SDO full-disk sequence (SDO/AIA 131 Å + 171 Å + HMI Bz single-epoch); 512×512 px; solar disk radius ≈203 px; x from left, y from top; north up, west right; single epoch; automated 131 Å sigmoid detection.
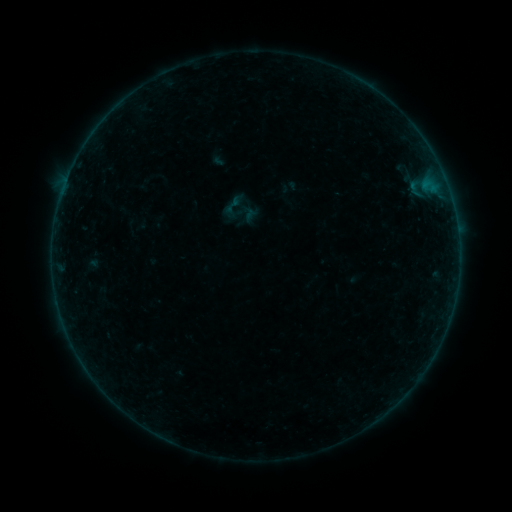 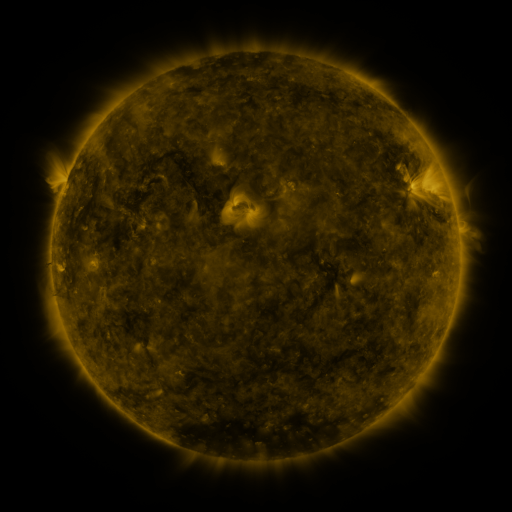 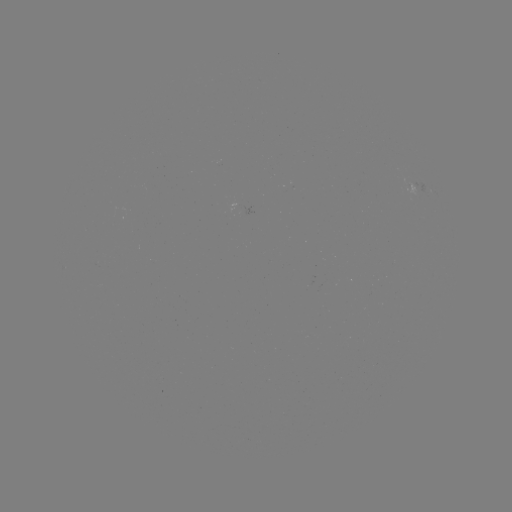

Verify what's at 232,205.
sigmoid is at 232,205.